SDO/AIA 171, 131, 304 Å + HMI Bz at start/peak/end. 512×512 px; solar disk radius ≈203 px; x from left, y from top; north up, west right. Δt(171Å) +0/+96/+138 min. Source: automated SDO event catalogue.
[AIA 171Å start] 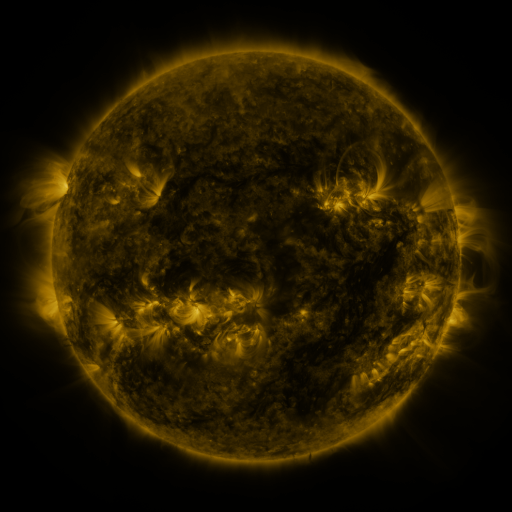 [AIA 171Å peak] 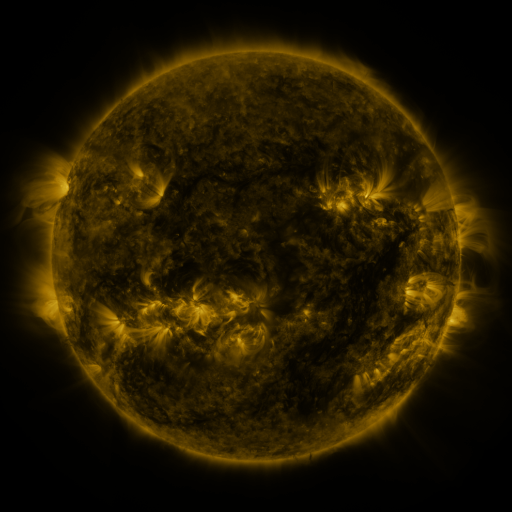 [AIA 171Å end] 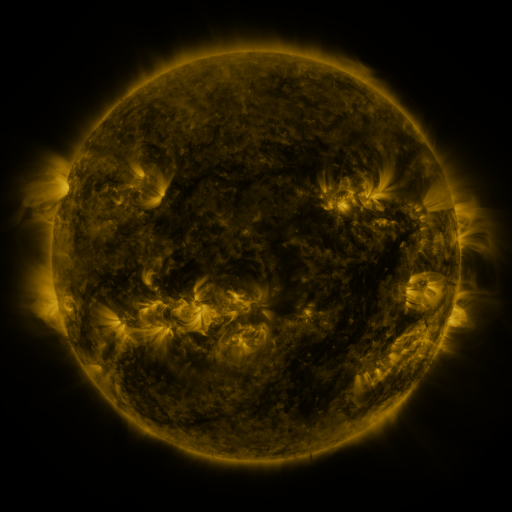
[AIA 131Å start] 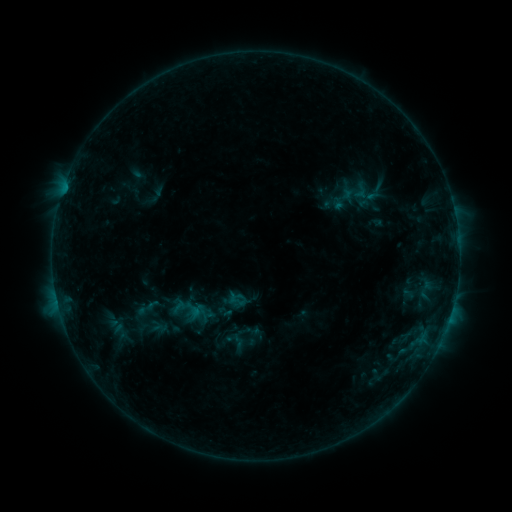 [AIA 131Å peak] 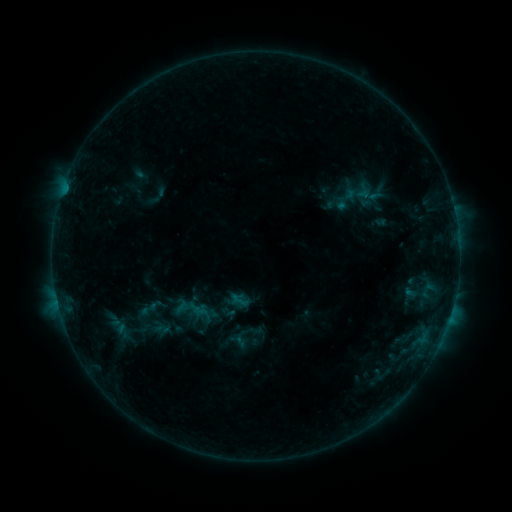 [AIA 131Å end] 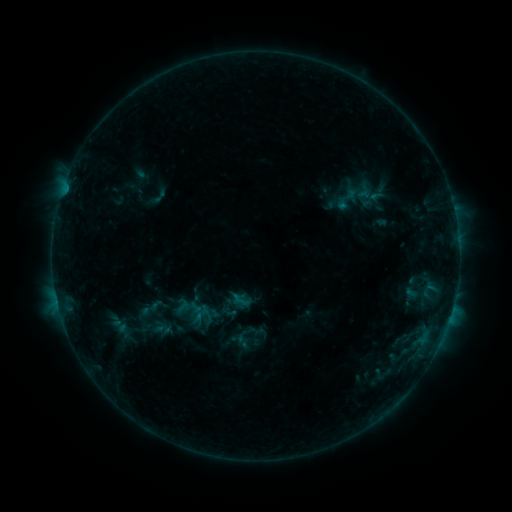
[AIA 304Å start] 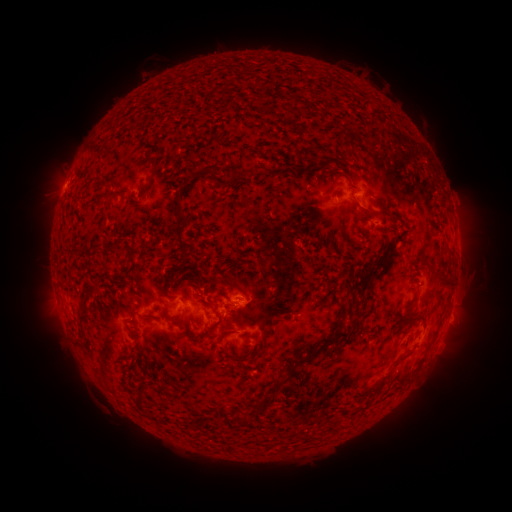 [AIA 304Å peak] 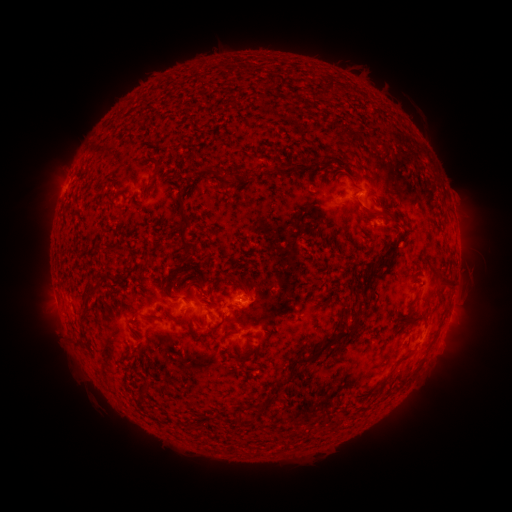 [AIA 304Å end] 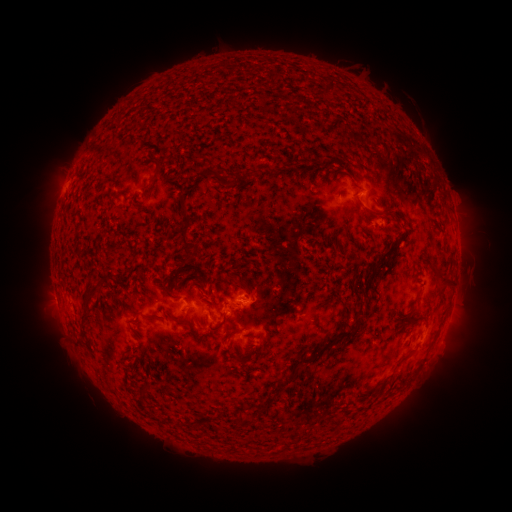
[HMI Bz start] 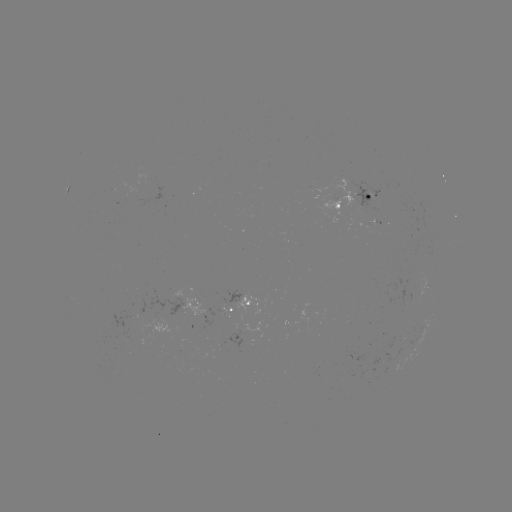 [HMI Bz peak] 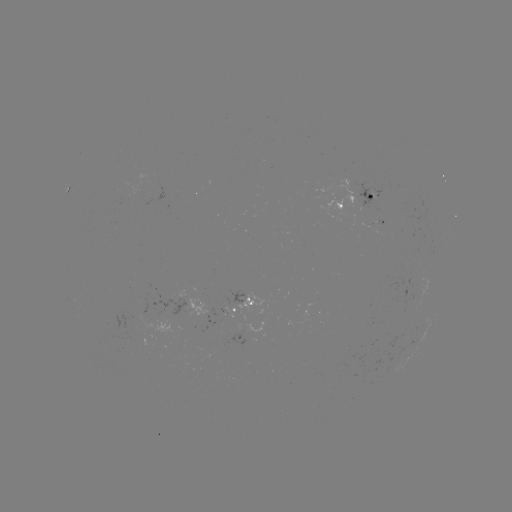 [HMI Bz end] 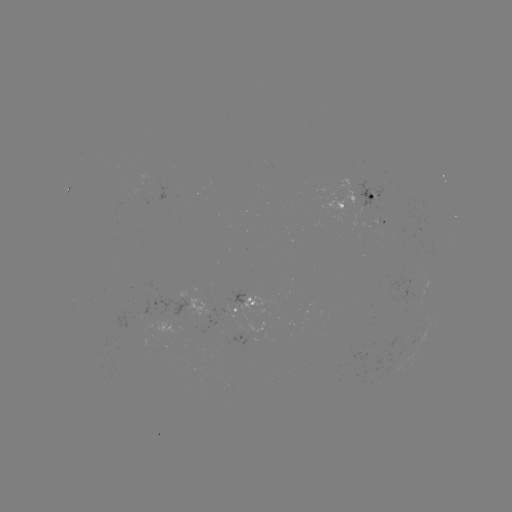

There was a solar emerging-flux region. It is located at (340, 198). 